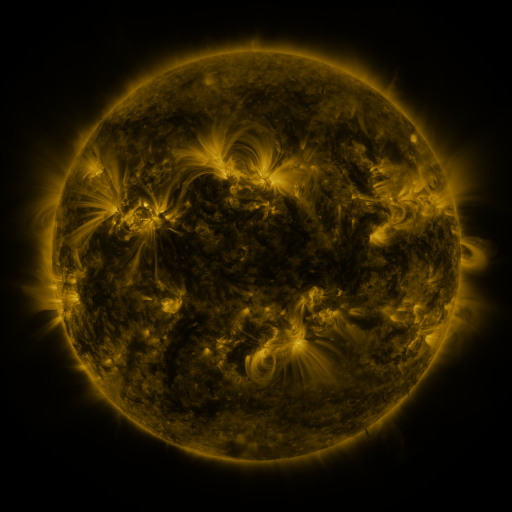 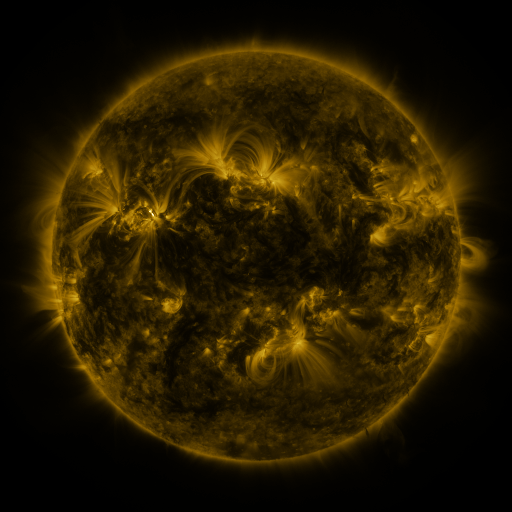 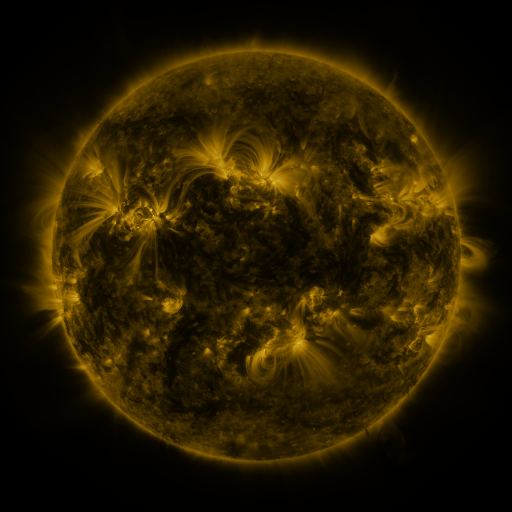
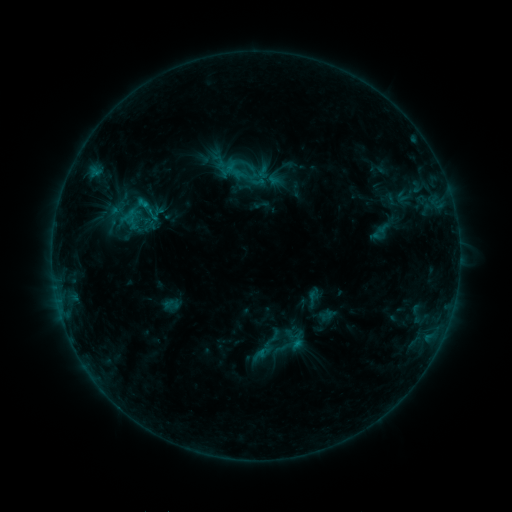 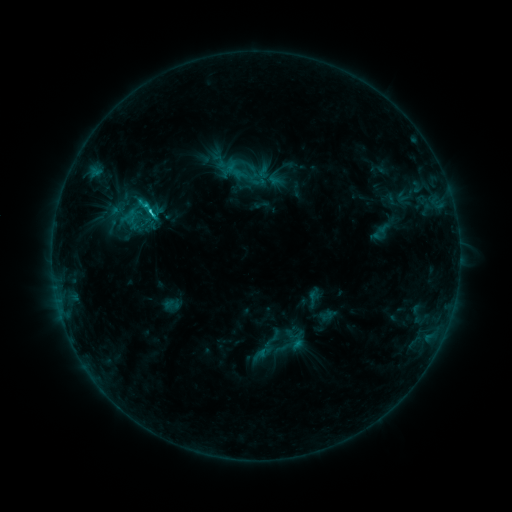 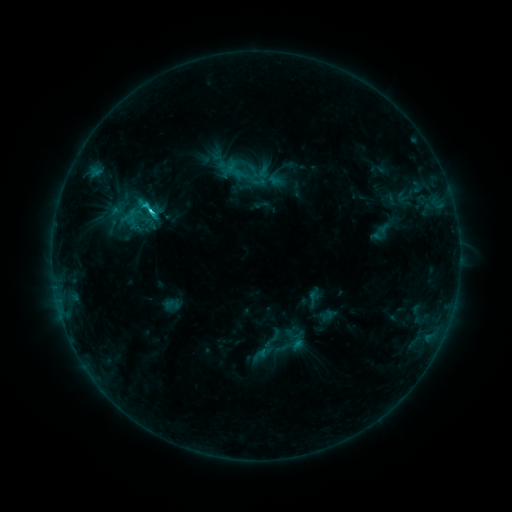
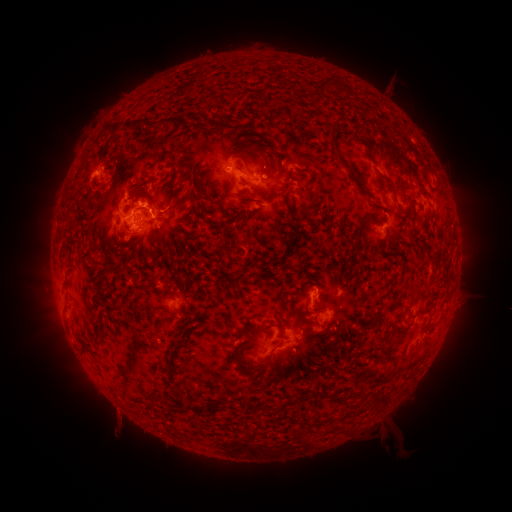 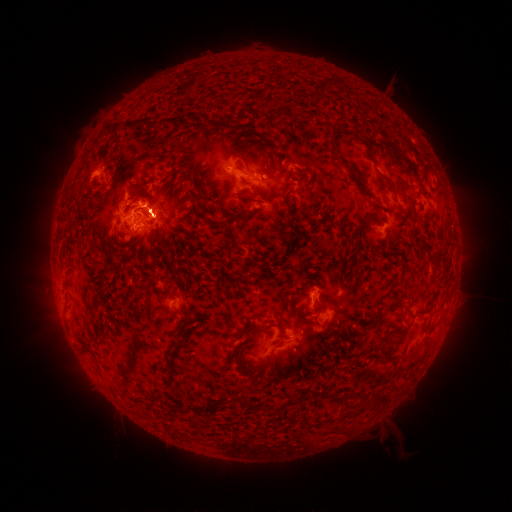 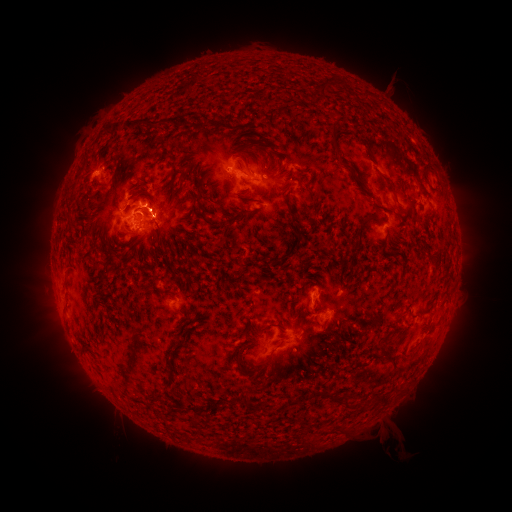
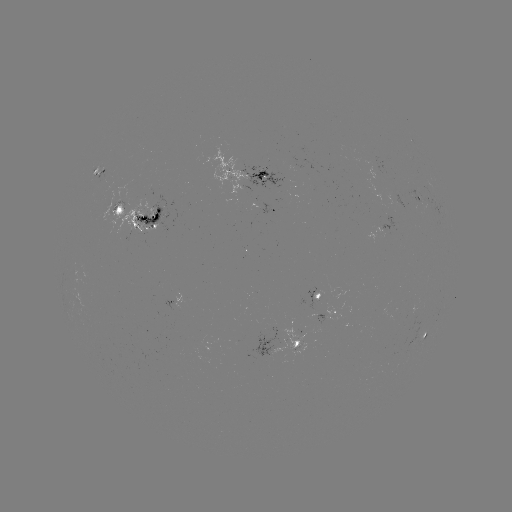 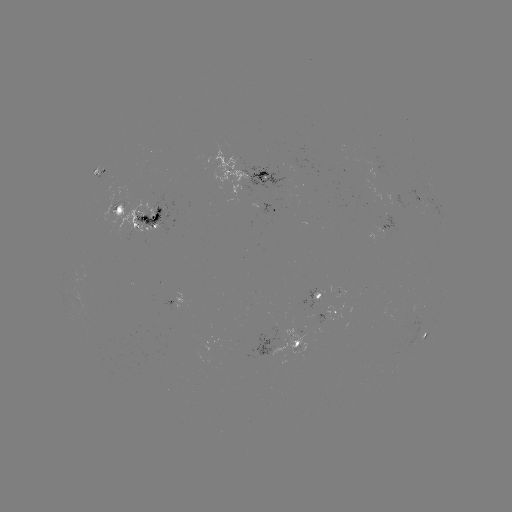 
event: flare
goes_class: C2.9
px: (151, 214)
